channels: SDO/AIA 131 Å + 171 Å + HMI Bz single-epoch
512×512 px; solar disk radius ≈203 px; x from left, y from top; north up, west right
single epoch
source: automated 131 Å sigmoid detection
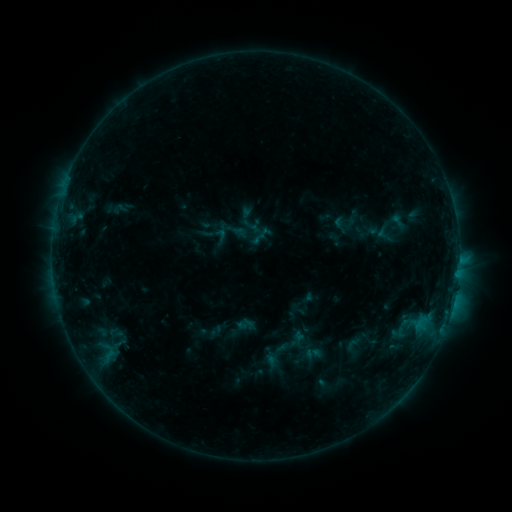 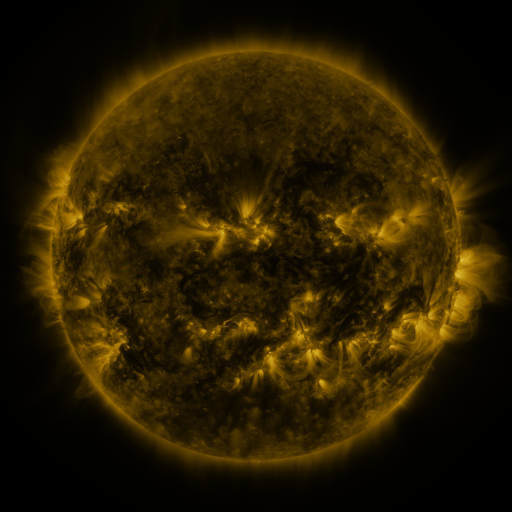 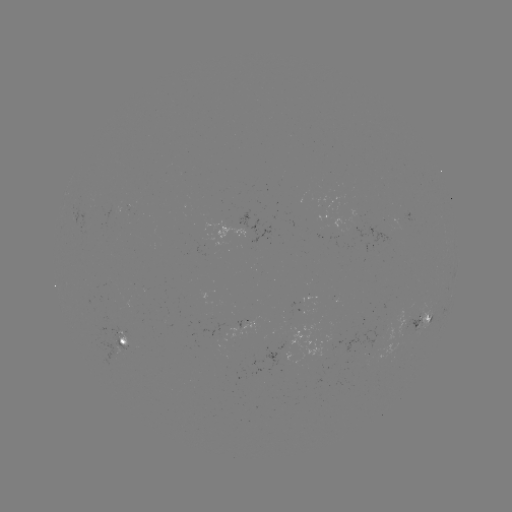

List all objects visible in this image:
sigmoid: (398, 222)
sigmoid: (384, 234)
